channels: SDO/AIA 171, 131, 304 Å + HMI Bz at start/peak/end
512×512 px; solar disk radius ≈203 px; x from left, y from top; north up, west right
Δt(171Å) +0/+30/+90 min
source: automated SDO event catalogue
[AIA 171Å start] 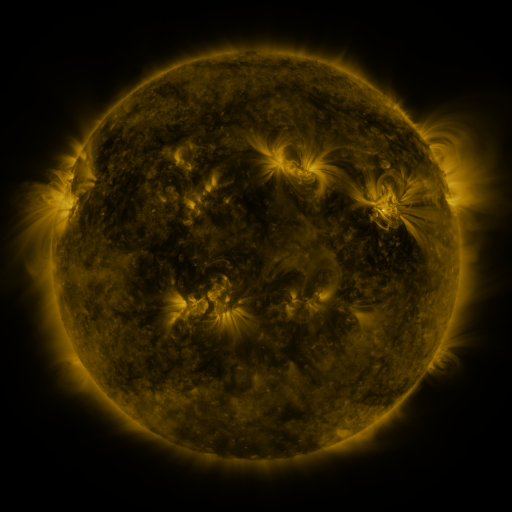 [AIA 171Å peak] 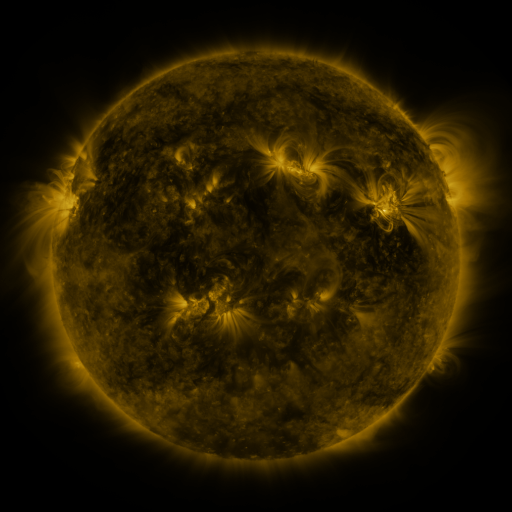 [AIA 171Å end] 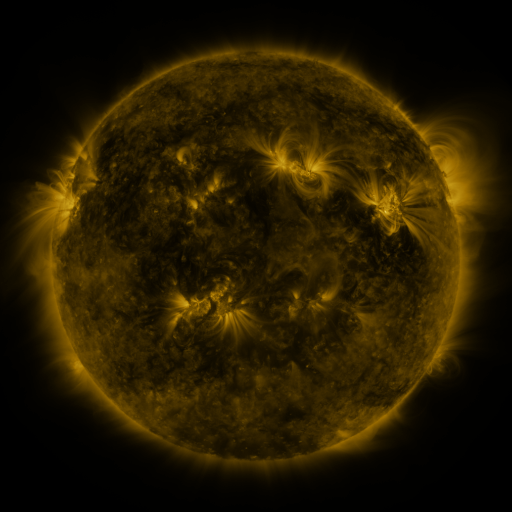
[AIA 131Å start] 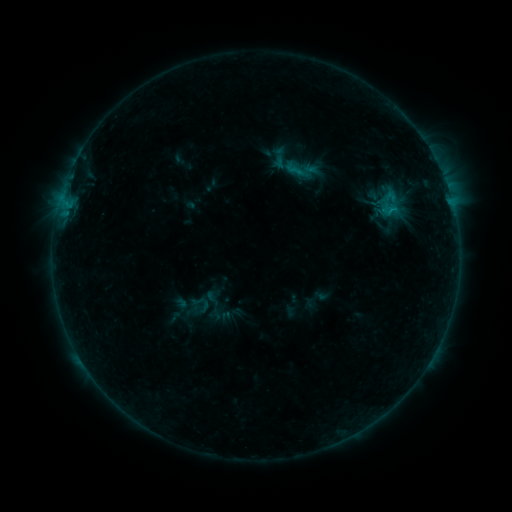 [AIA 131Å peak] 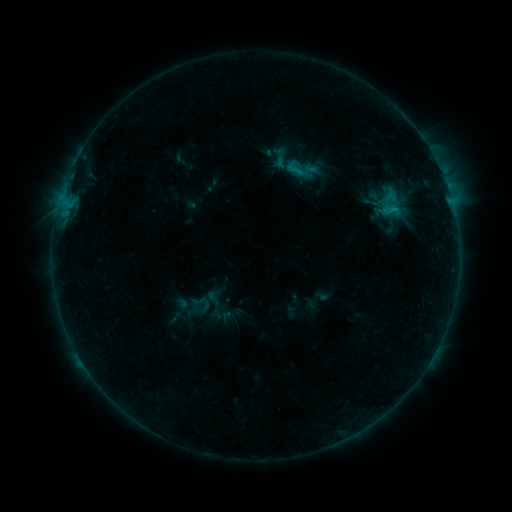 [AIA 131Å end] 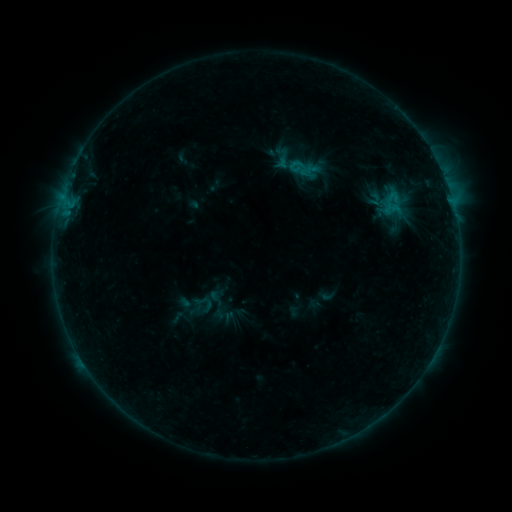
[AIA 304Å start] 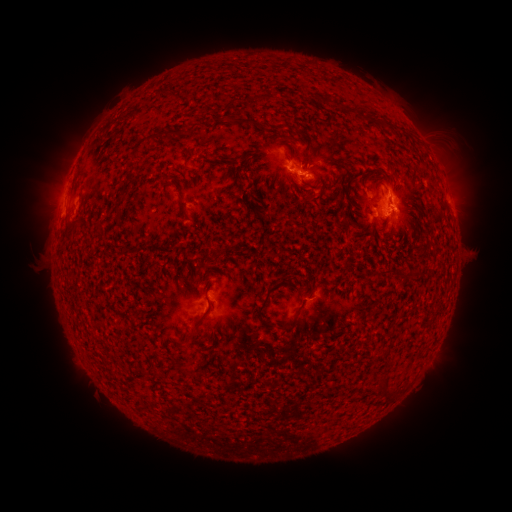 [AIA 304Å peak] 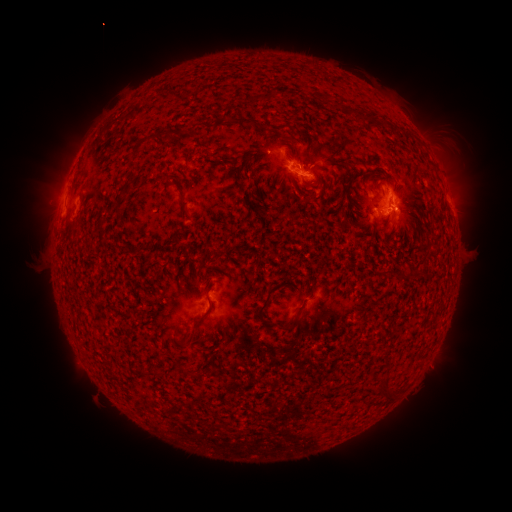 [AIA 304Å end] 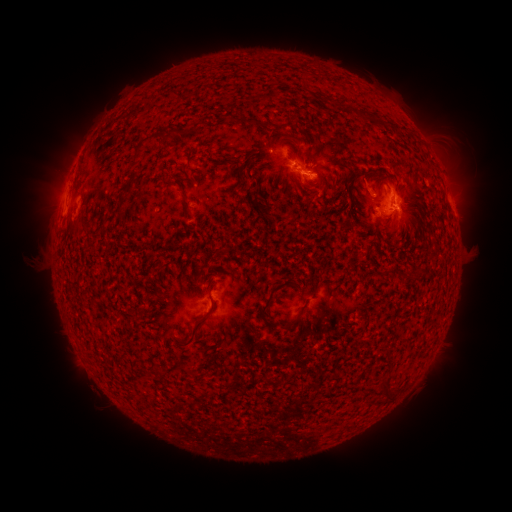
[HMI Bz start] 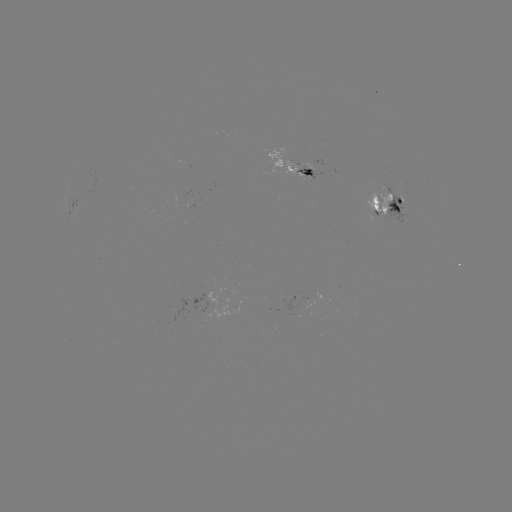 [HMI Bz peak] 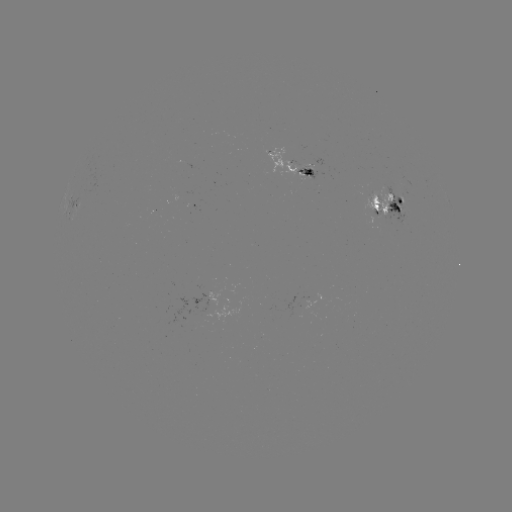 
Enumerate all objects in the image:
emerging-flux region: (290, 163)
